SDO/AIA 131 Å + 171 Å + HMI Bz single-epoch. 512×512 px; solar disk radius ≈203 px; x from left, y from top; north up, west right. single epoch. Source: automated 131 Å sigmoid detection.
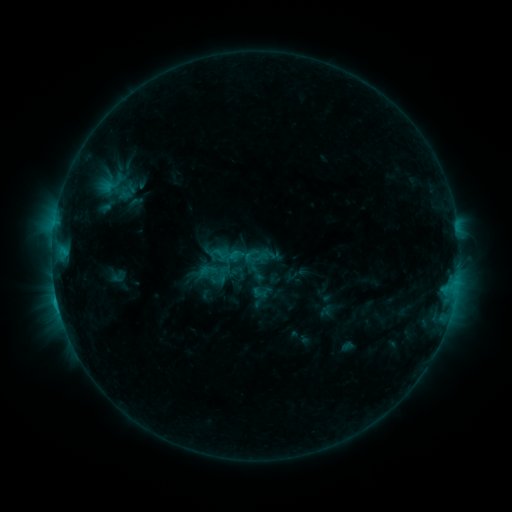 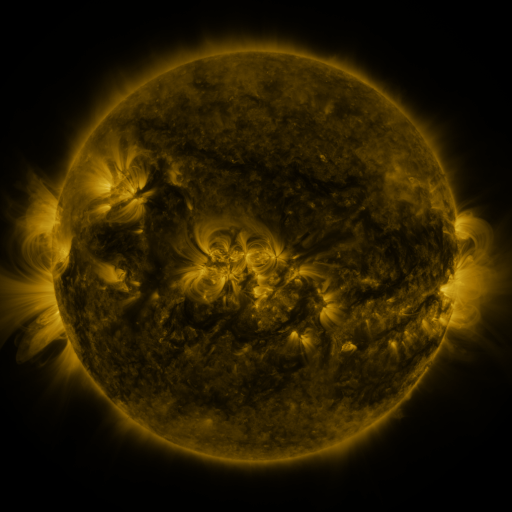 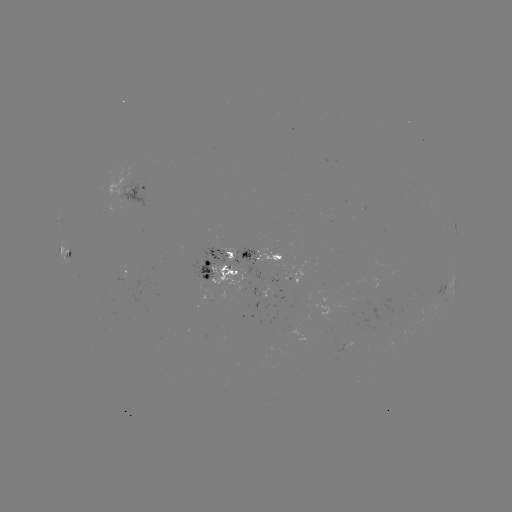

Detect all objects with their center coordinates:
sigmoid: (260, 257)
sigmoid: (259, 293)
